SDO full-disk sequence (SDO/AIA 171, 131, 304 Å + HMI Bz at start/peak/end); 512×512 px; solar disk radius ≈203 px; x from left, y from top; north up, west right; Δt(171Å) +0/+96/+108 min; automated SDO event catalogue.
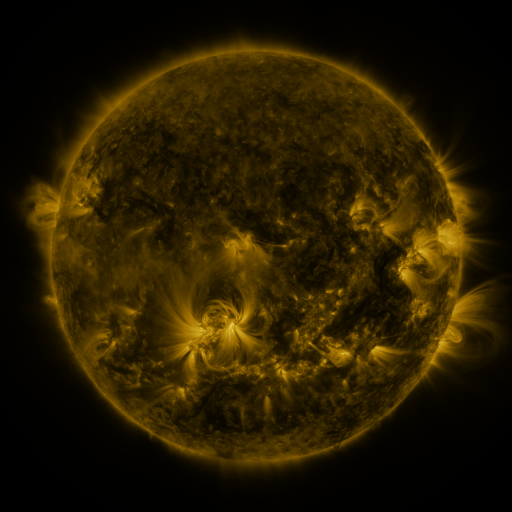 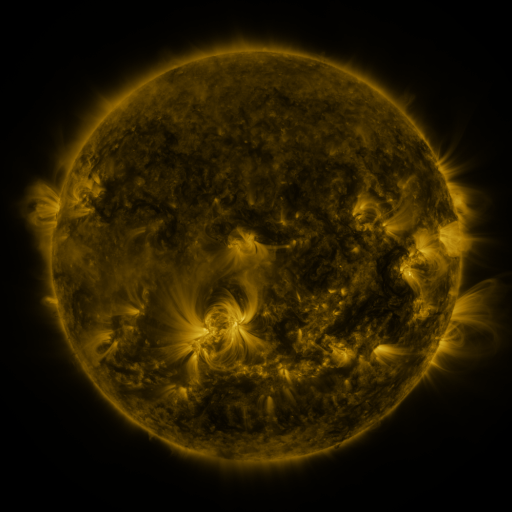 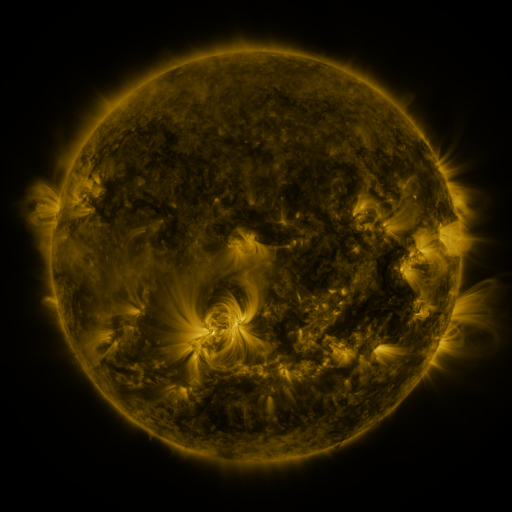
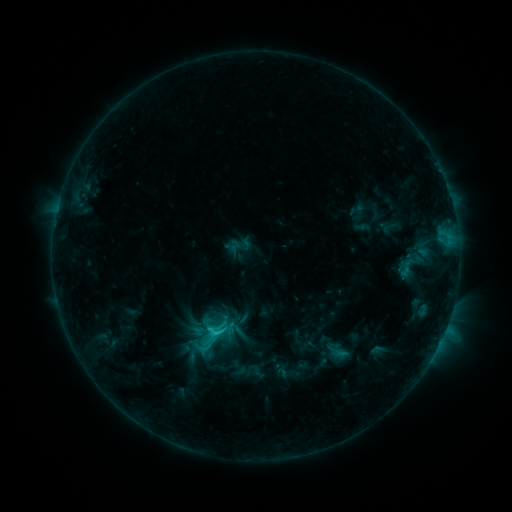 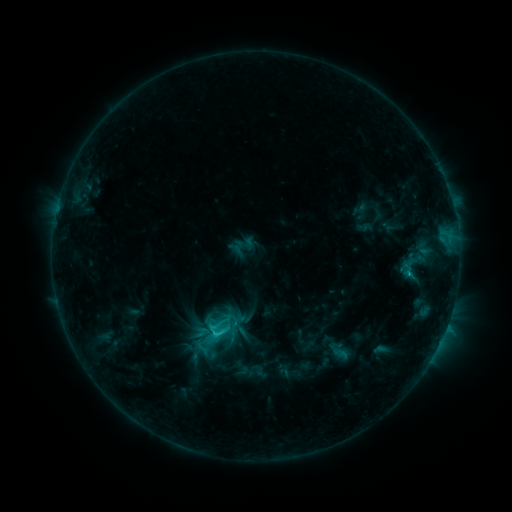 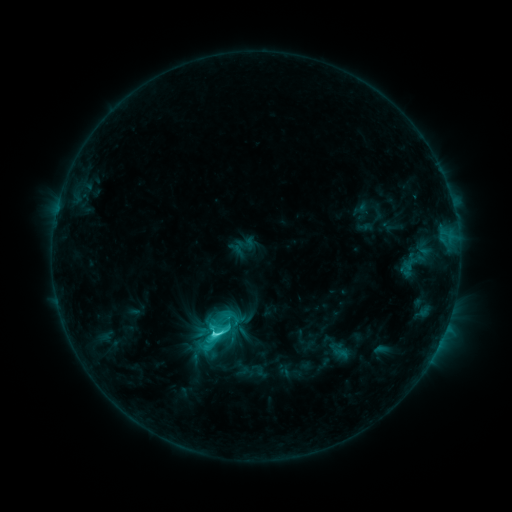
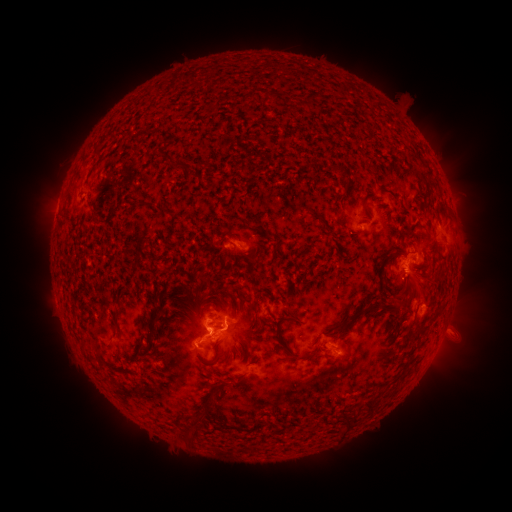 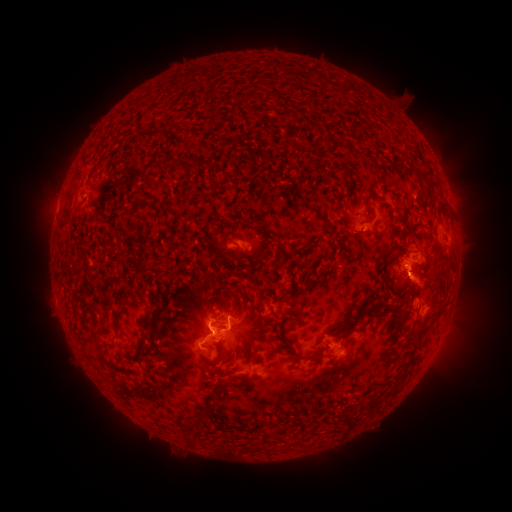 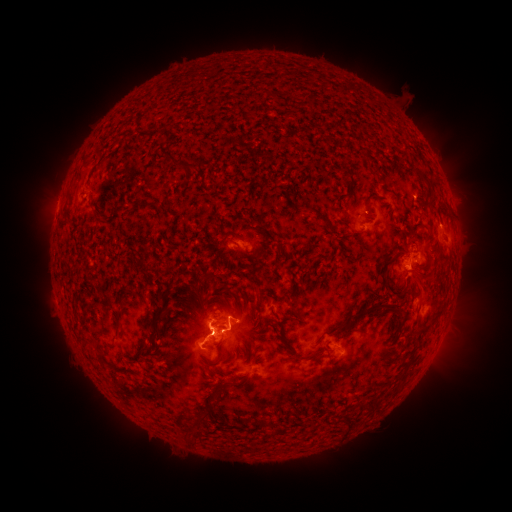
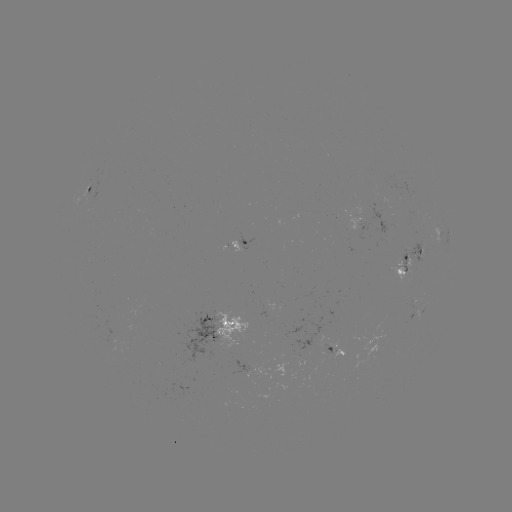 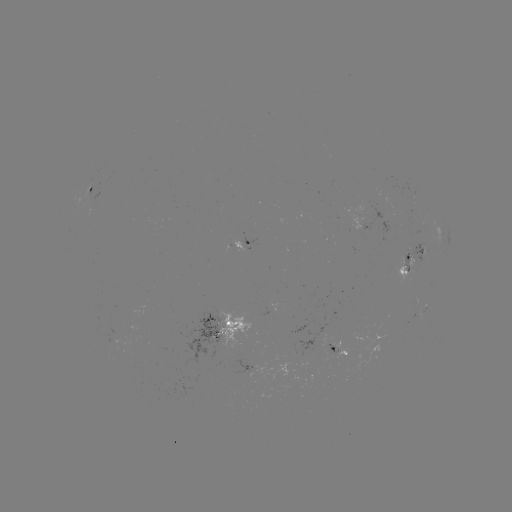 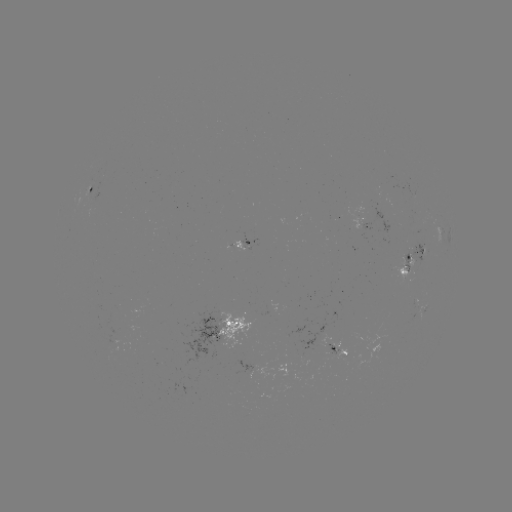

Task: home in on emerging-flux region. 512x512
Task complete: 408,259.